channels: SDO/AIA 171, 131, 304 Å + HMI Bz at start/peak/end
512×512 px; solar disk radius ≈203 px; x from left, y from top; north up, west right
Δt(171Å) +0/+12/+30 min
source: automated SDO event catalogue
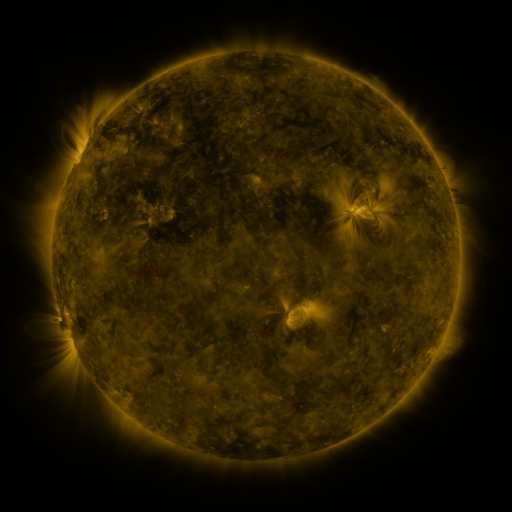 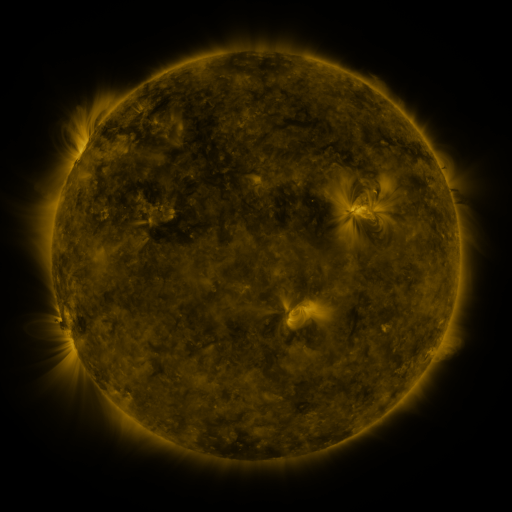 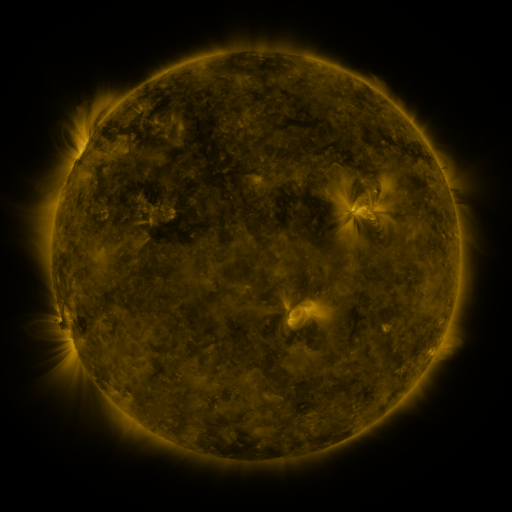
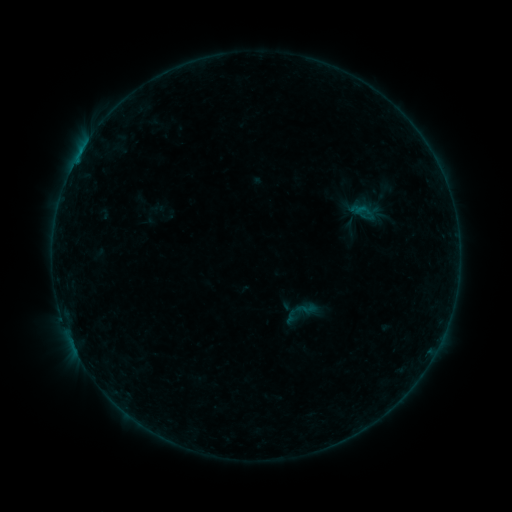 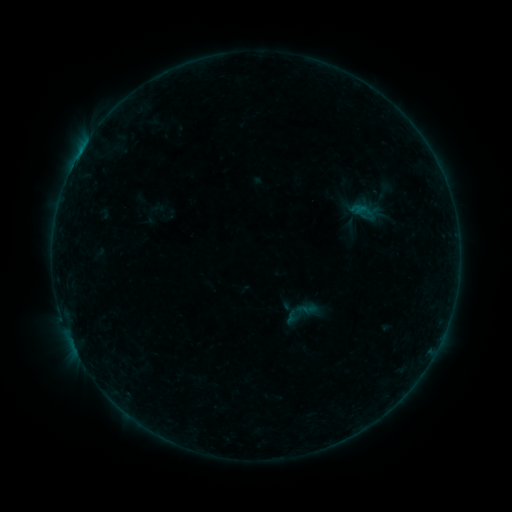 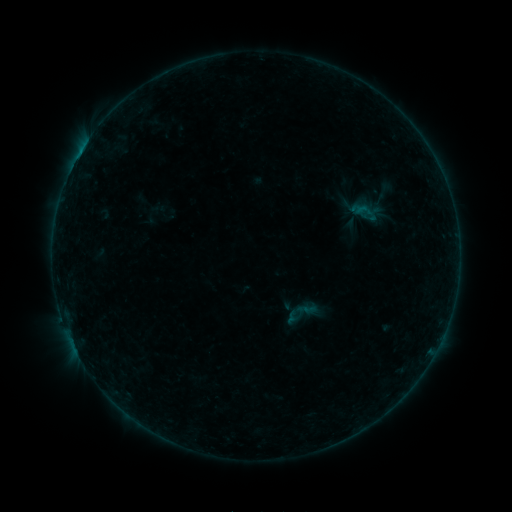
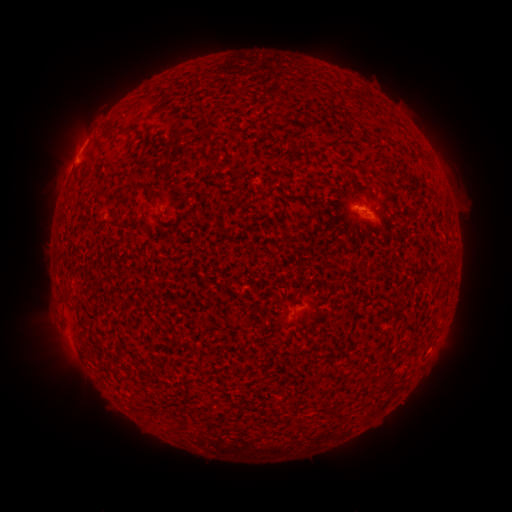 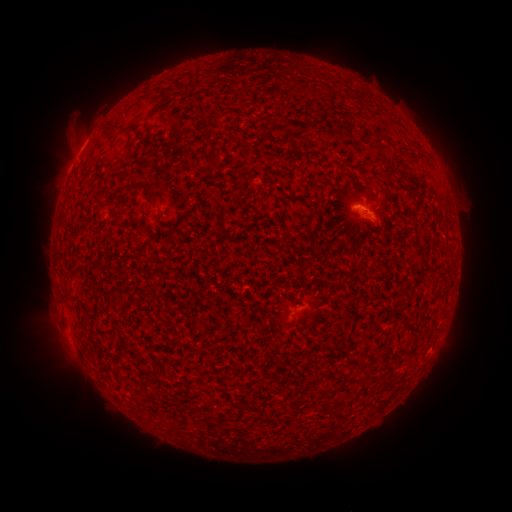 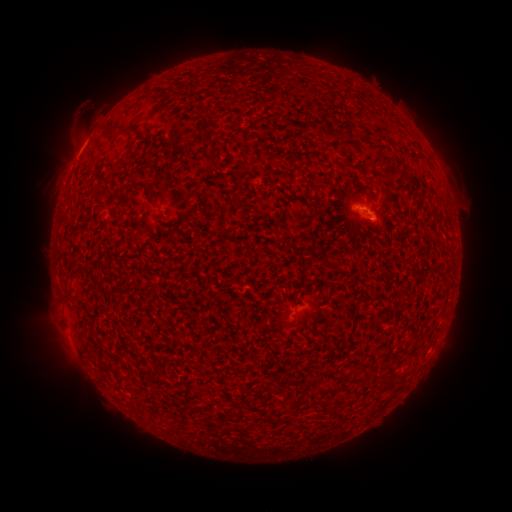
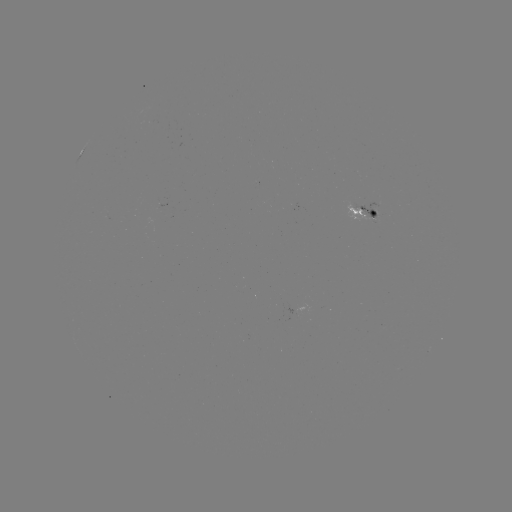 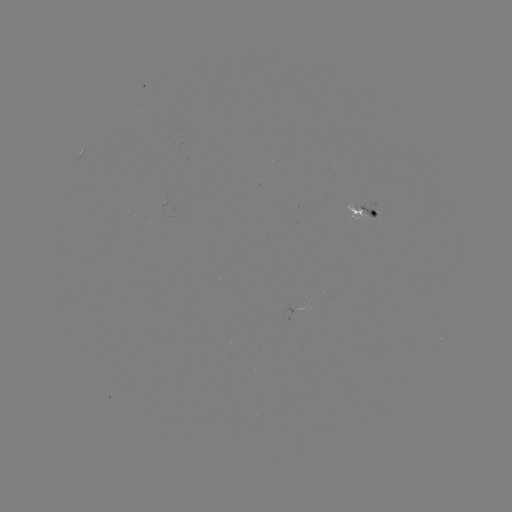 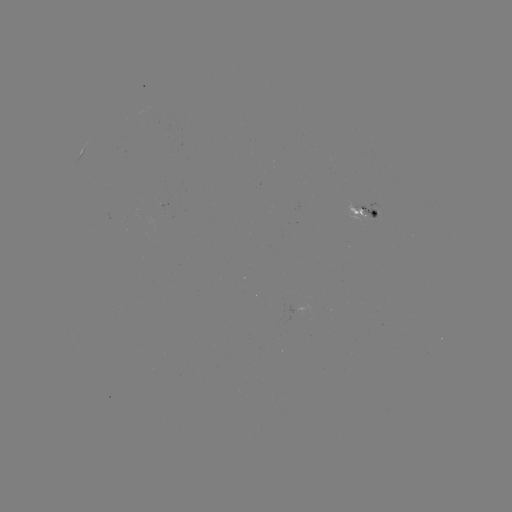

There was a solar eruption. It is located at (72, 121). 